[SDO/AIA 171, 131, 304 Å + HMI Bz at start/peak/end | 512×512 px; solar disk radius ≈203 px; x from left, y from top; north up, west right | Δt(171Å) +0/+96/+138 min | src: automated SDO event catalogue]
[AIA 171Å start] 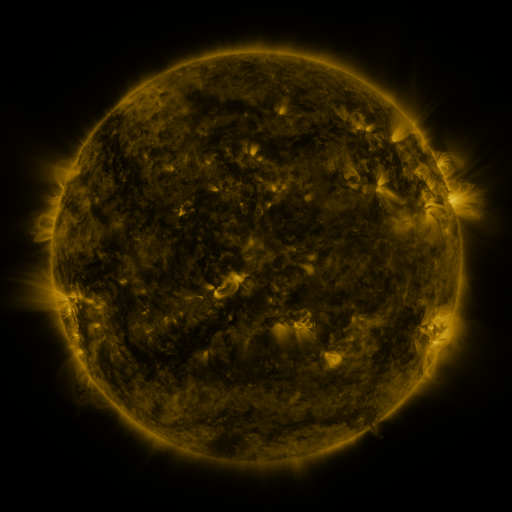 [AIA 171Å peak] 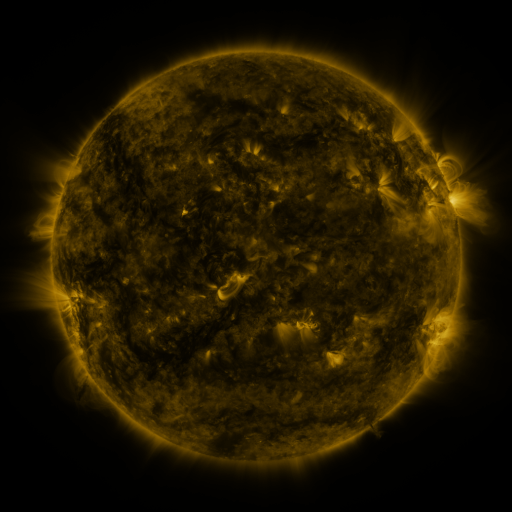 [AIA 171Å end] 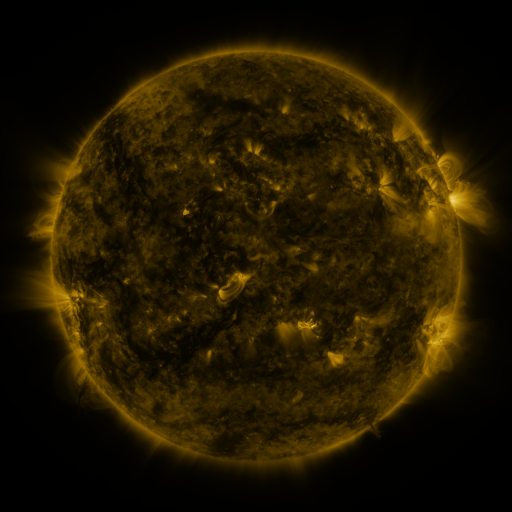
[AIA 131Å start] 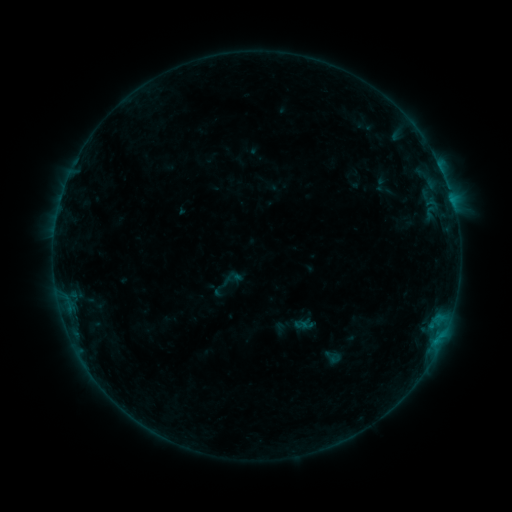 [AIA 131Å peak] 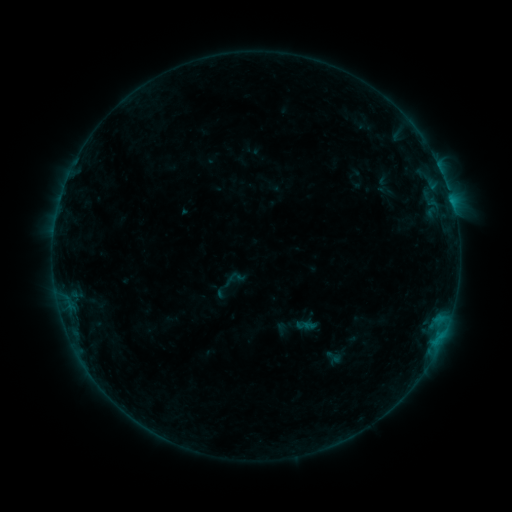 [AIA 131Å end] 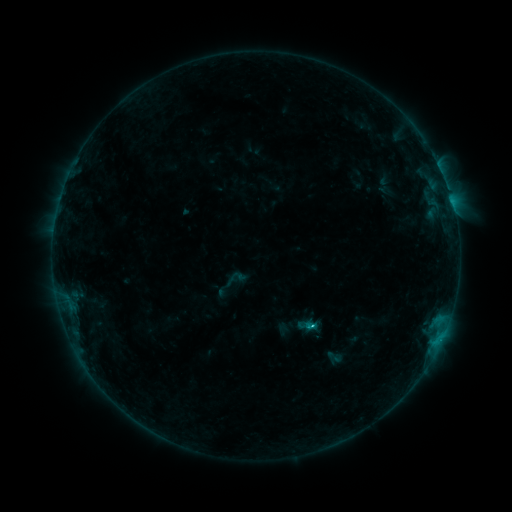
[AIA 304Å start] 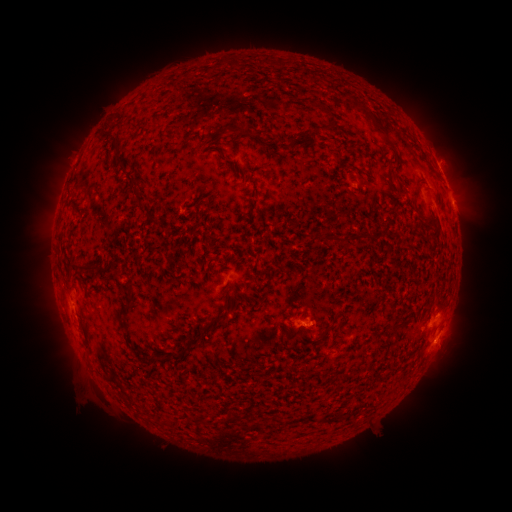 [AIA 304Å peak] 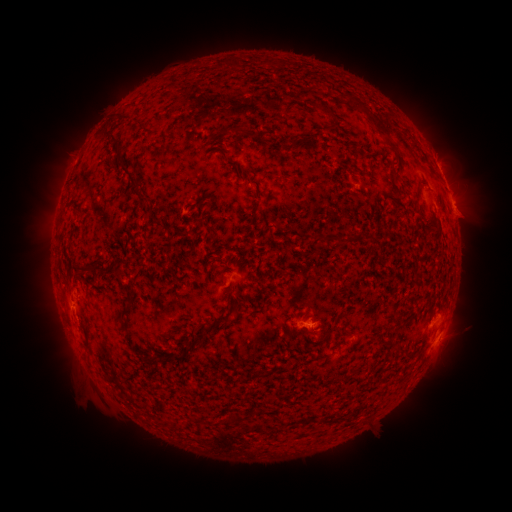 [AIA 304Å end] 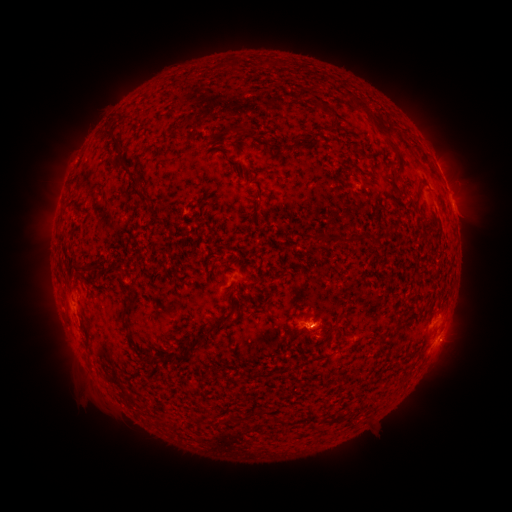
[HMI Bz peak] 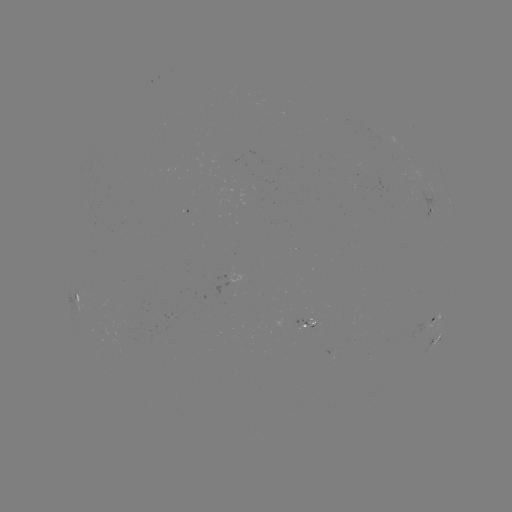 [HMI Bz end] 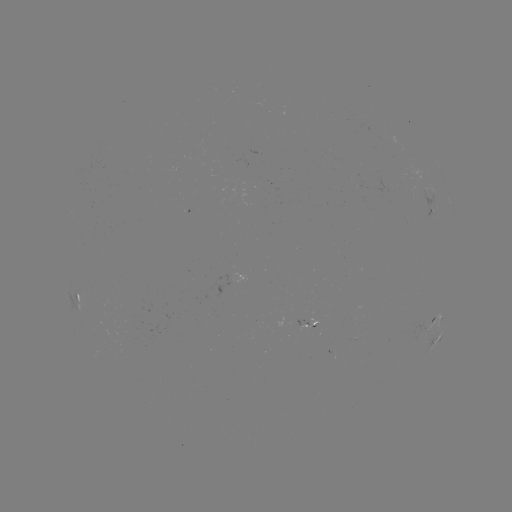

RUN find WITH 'emerging-flux region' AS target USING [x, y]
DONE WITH [356, 185] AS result